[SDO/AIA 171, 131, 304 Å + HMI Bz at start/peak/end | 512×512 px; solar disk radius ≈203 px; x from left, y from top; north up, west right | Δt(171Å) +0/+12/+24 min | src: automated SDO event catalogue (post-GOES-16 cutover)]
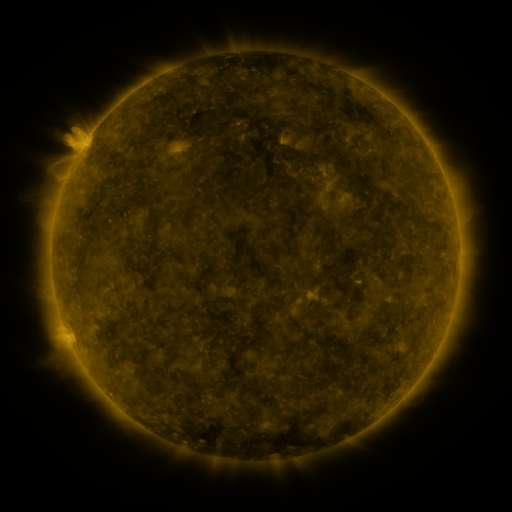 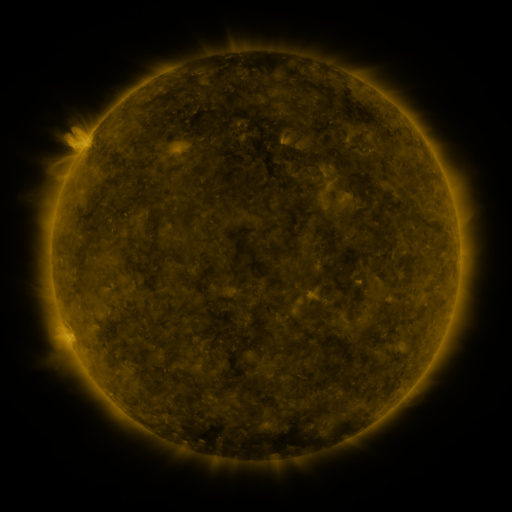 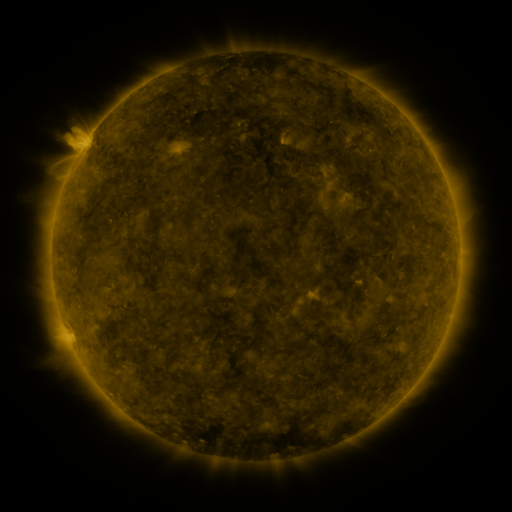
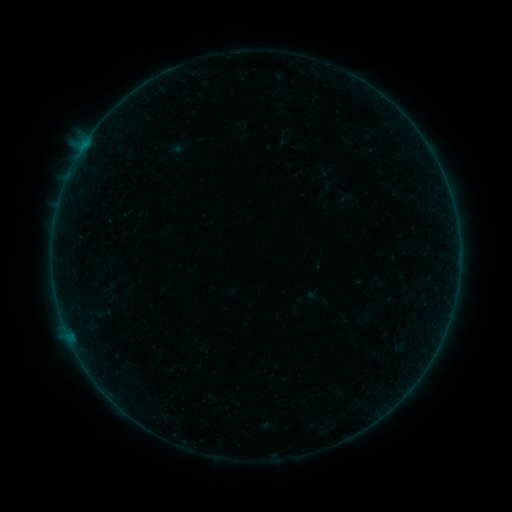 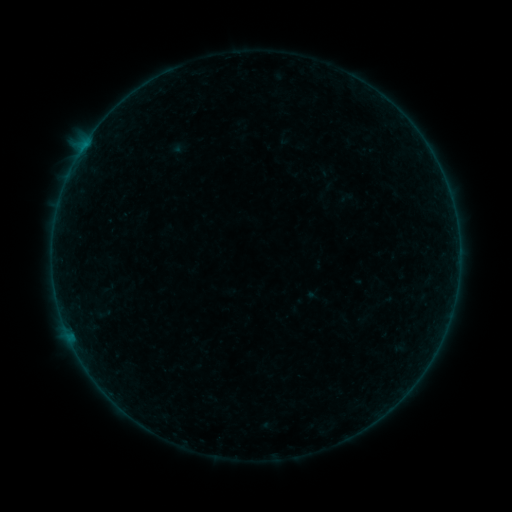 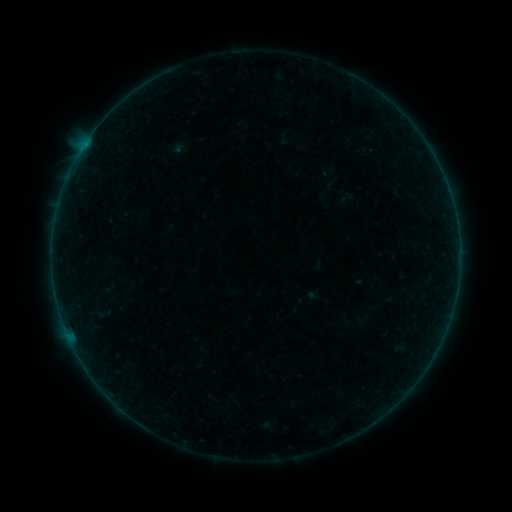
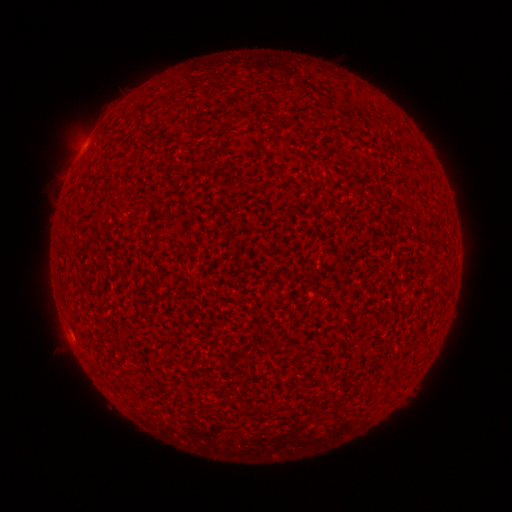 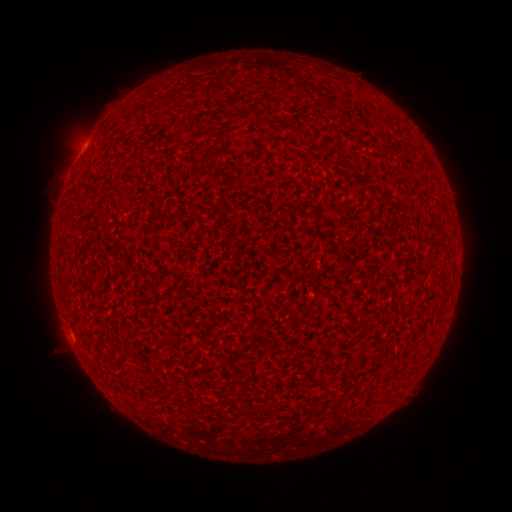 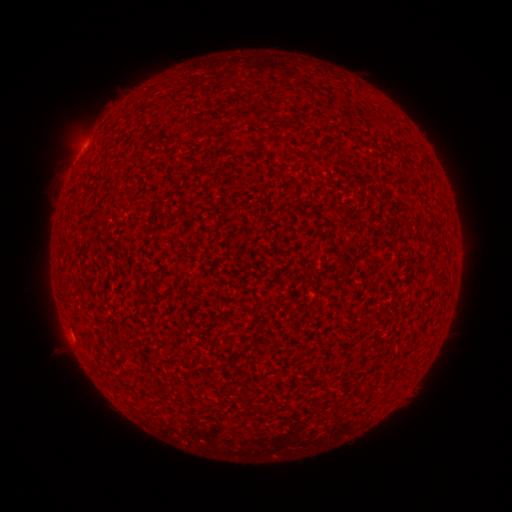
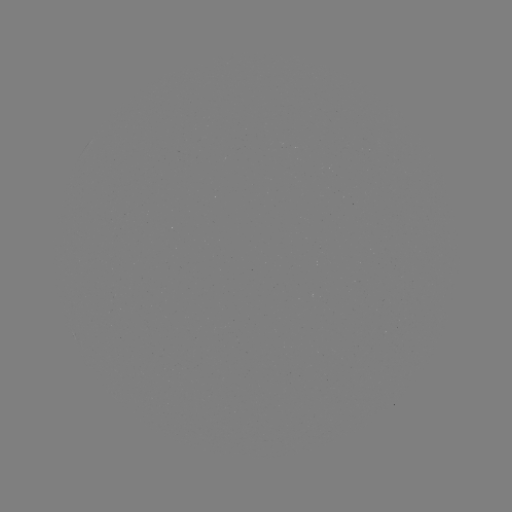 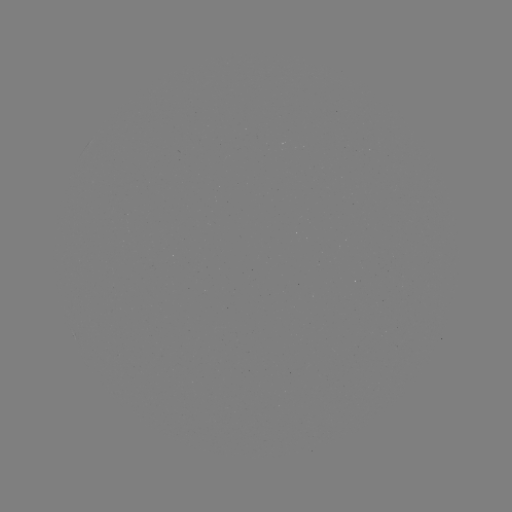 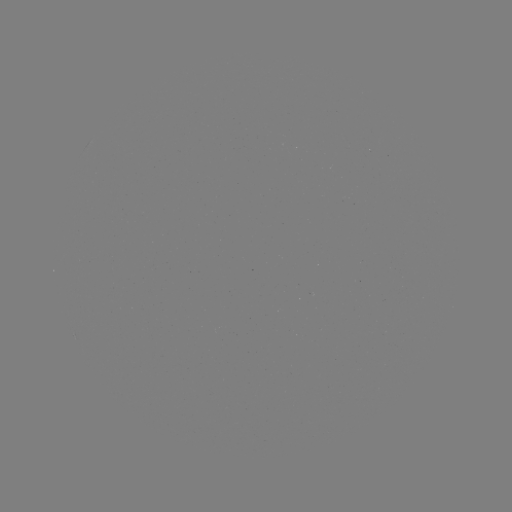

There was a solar flare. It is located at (81, 151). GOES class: A4.1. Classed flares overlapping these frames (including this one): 1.